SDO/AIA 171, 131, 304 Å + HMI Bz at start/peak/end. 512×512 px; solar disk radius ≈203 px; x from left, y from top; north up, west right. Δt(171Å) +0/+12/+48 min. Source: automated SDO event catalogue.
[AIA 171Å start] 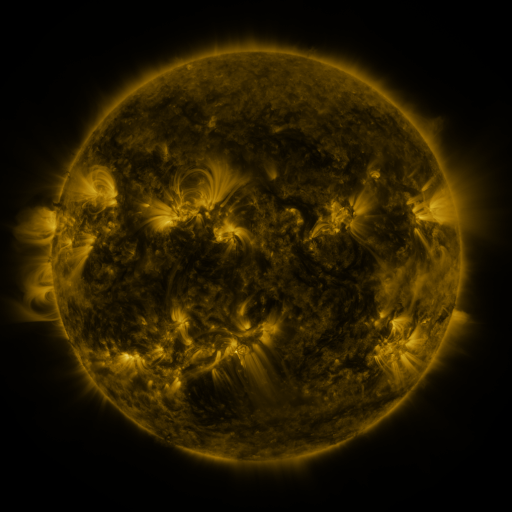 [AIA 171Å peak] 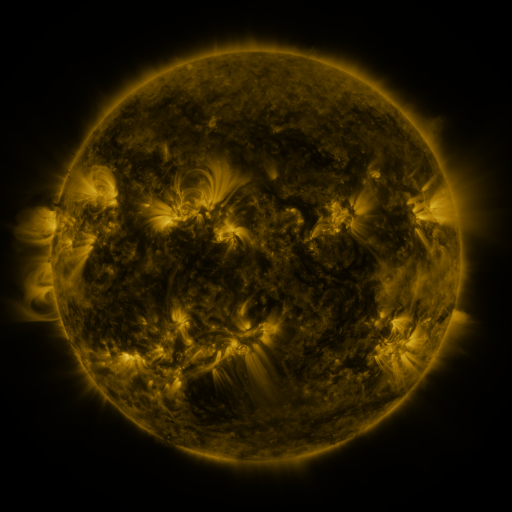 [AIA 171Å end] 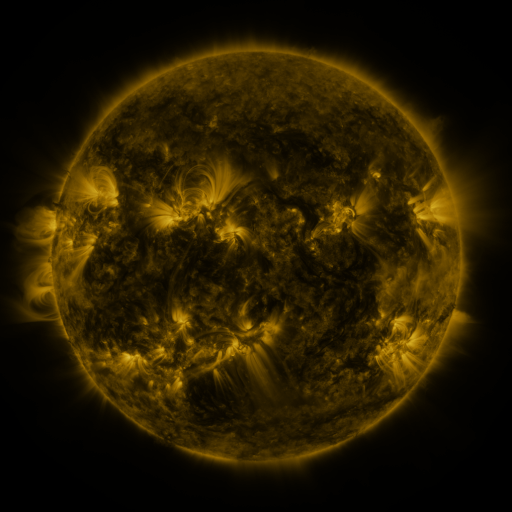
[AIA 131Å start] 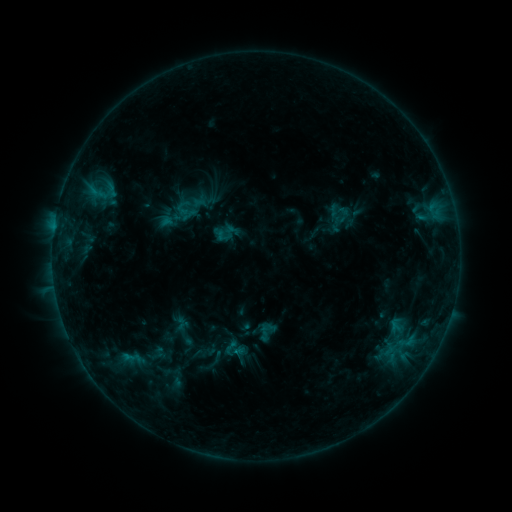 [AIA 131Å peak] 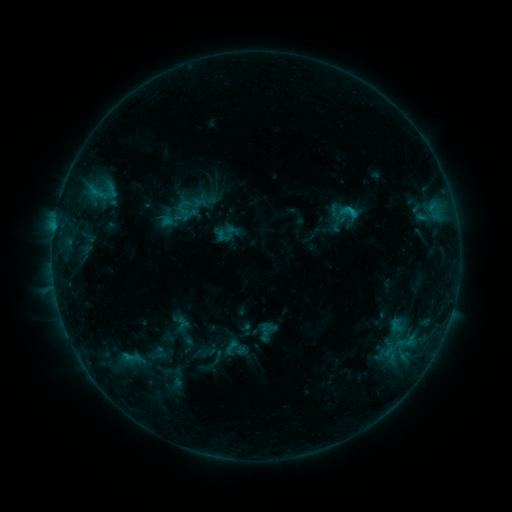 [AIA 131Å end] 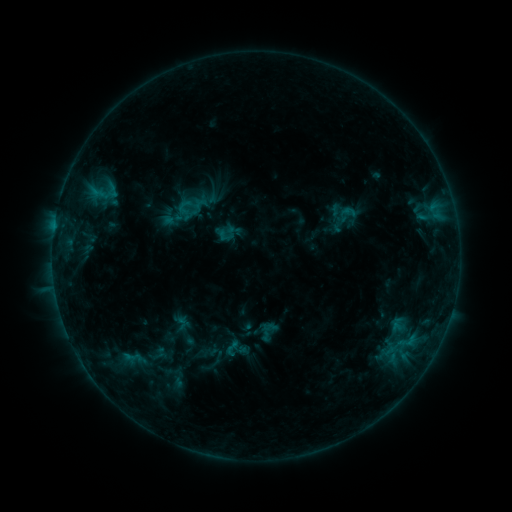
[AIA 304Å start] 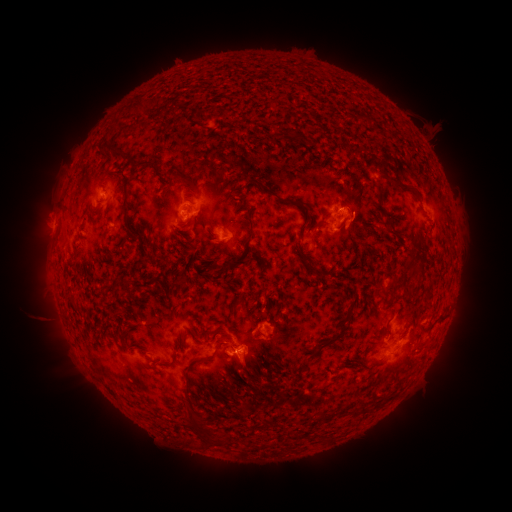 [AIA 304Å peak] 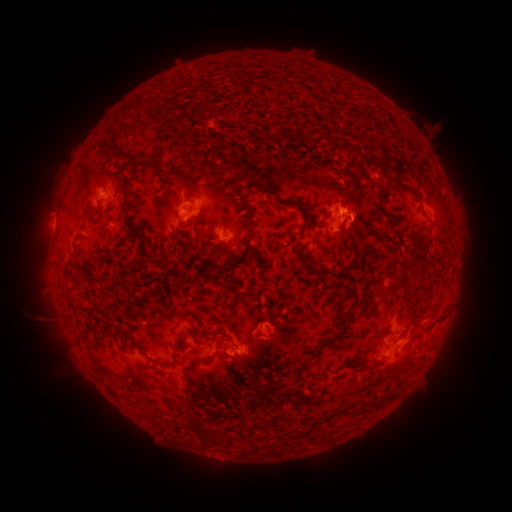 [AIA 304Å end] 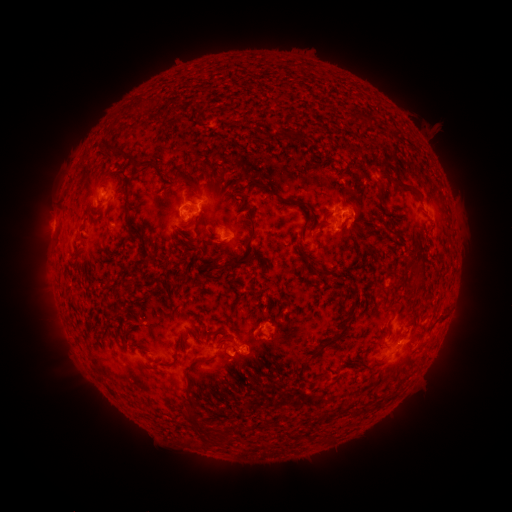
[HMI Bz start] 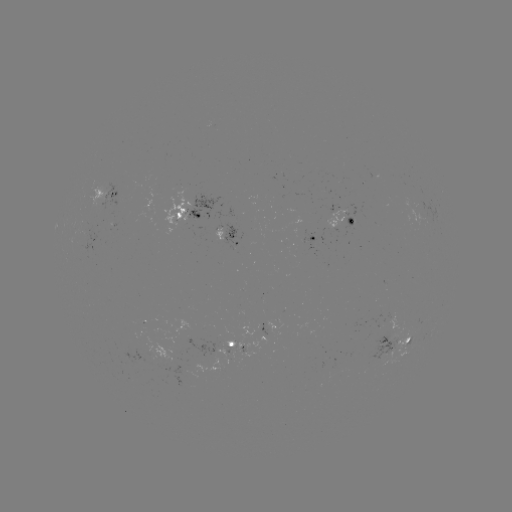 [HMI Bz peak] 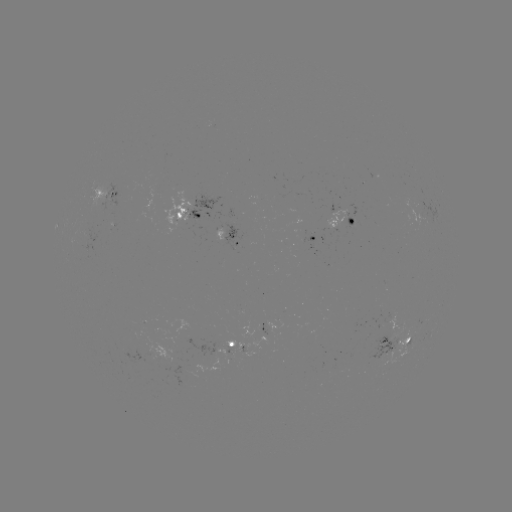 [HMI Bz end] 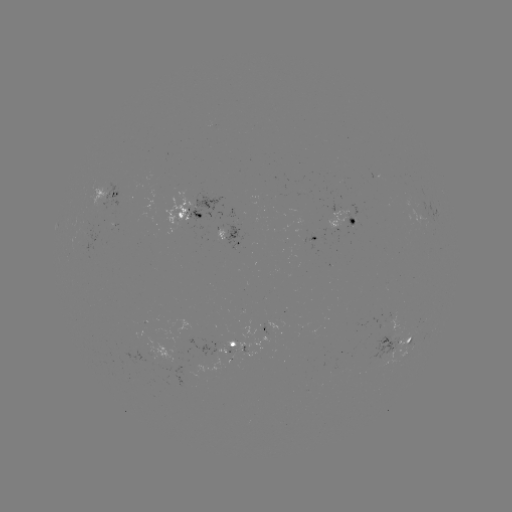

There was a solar flare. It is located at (351, 214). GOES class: B8.3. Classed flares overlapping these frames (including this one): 1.